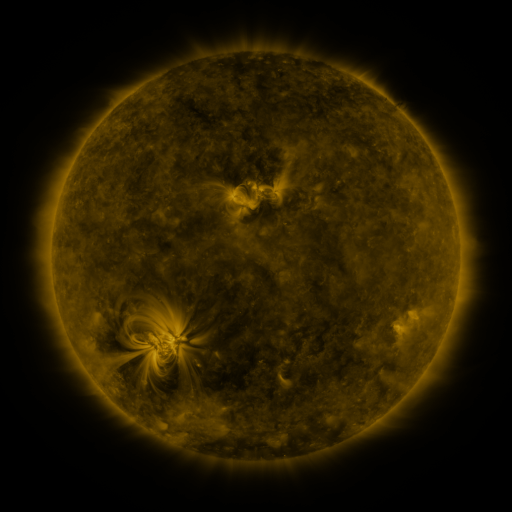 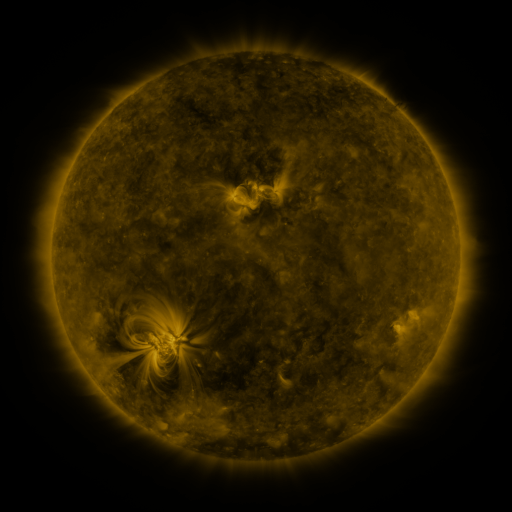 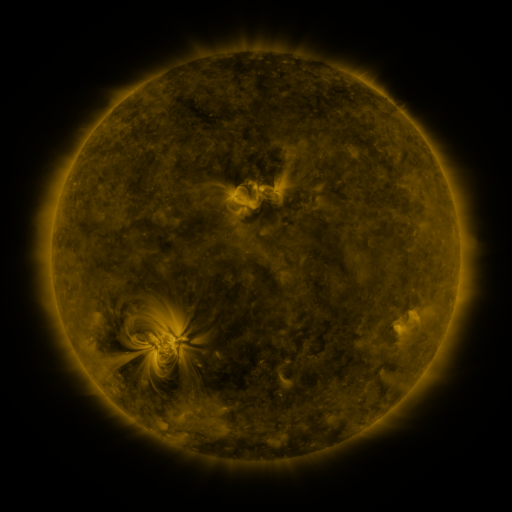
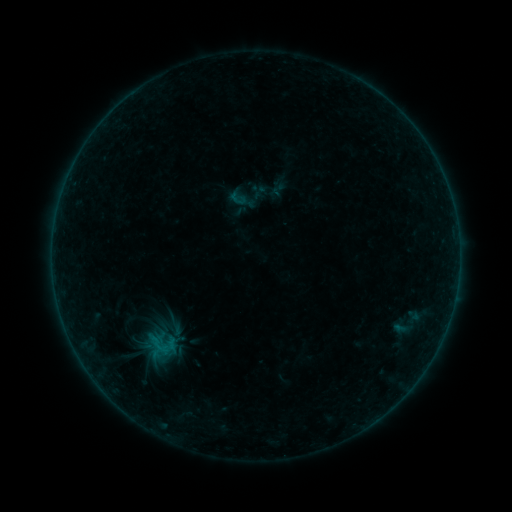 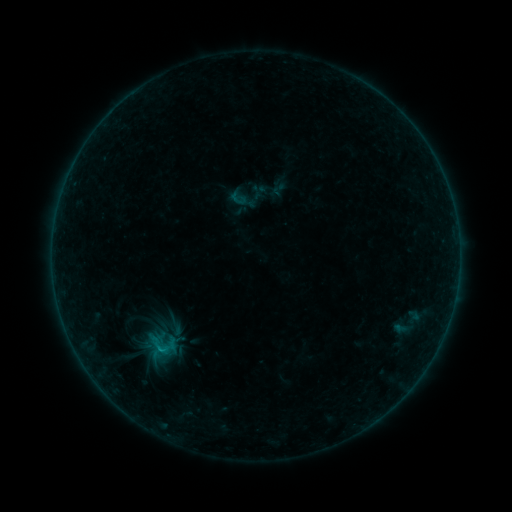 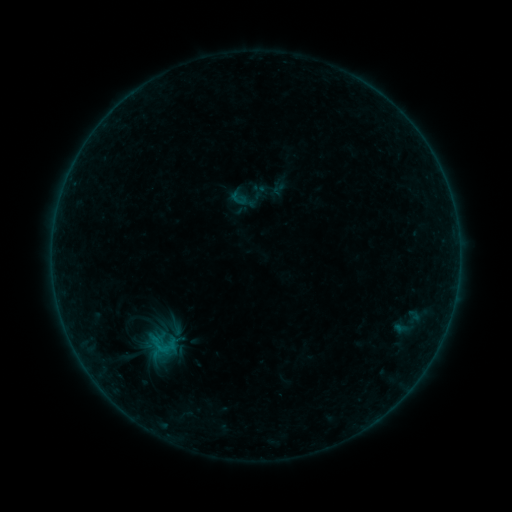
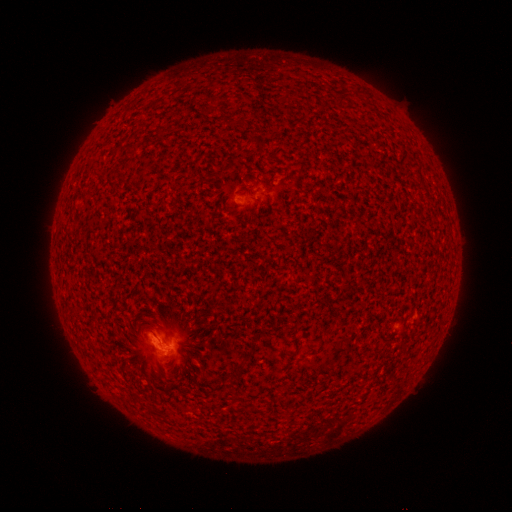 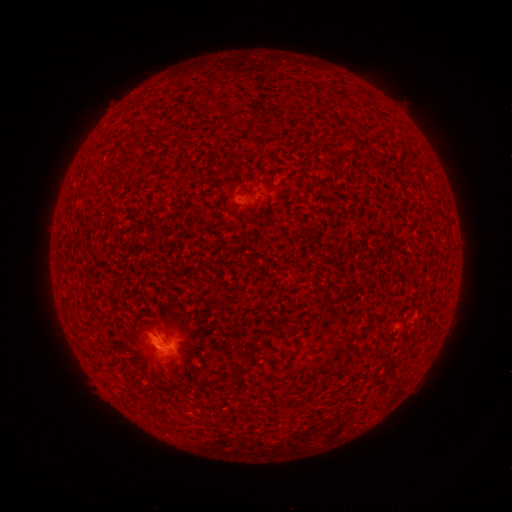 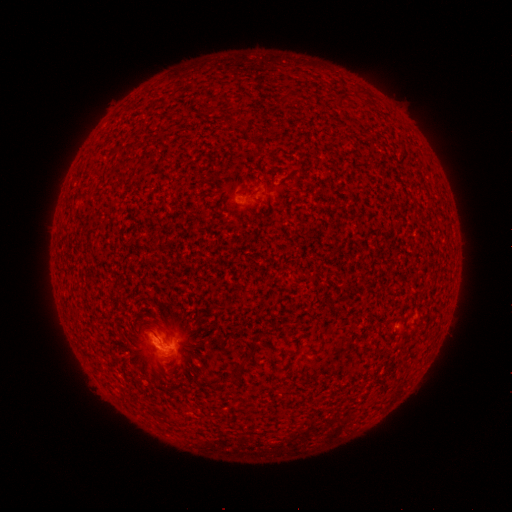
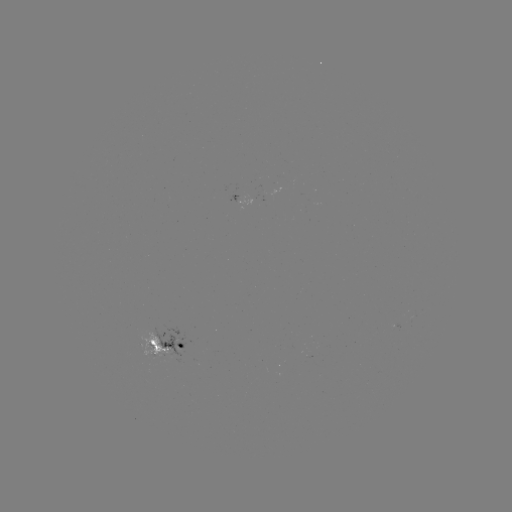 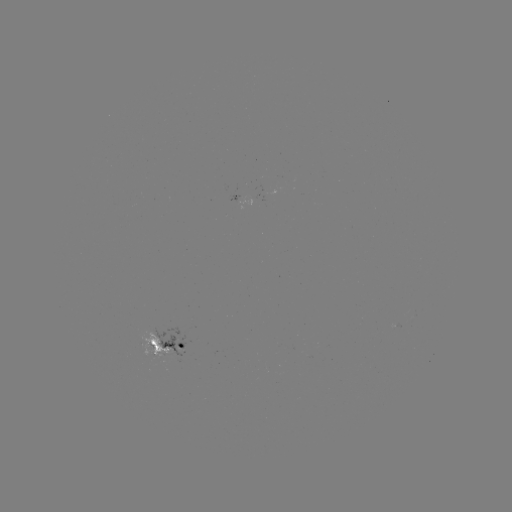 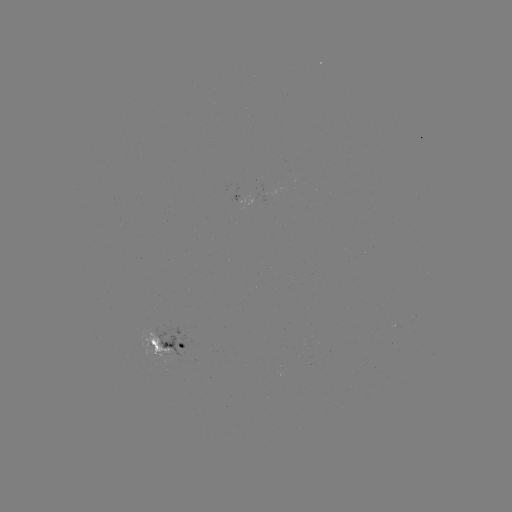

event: flare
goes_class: B4.0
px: (159, 345)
